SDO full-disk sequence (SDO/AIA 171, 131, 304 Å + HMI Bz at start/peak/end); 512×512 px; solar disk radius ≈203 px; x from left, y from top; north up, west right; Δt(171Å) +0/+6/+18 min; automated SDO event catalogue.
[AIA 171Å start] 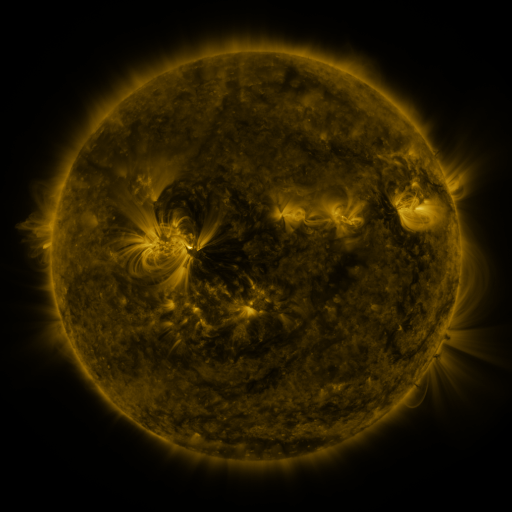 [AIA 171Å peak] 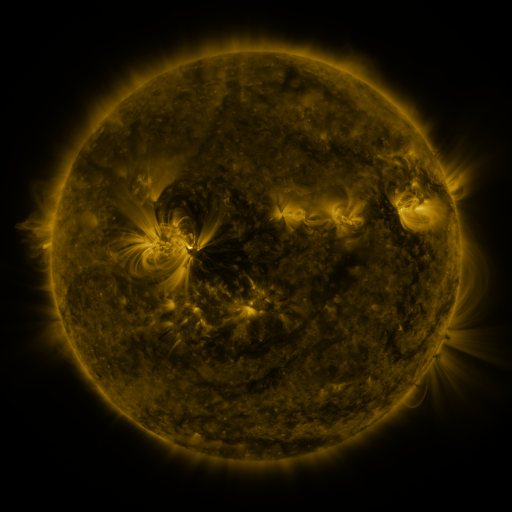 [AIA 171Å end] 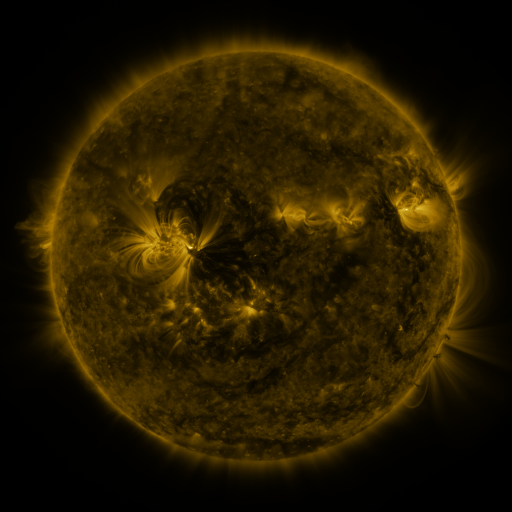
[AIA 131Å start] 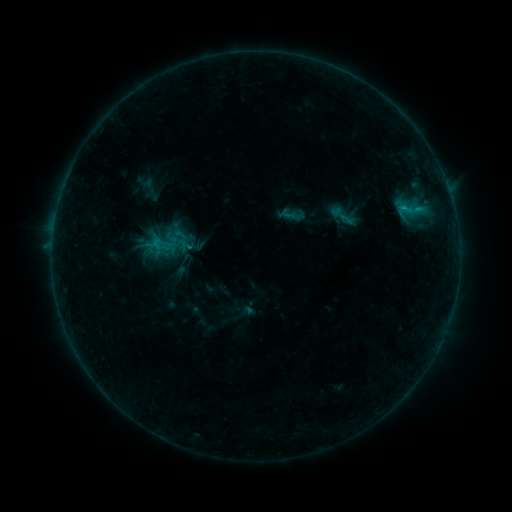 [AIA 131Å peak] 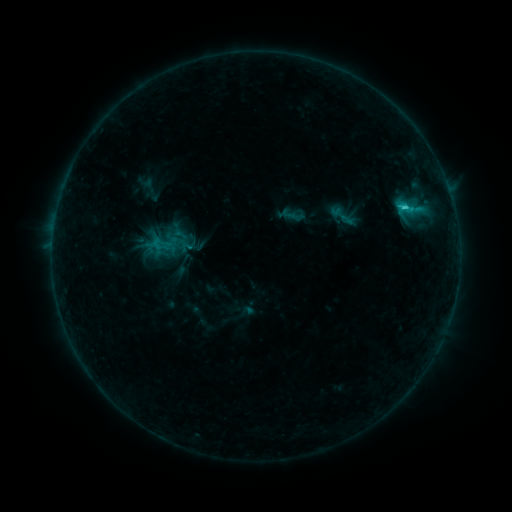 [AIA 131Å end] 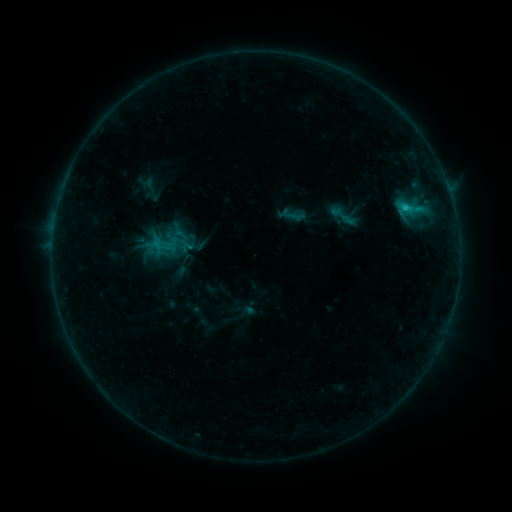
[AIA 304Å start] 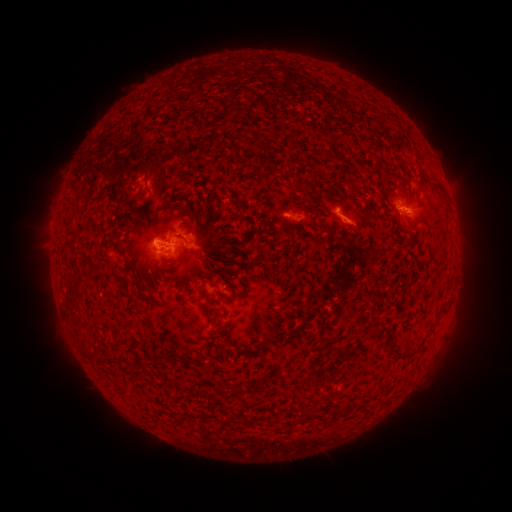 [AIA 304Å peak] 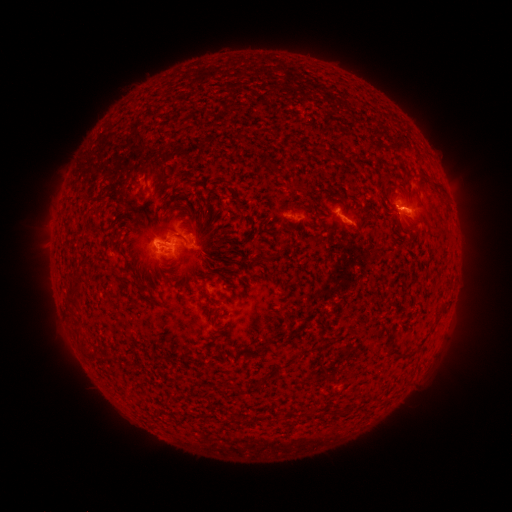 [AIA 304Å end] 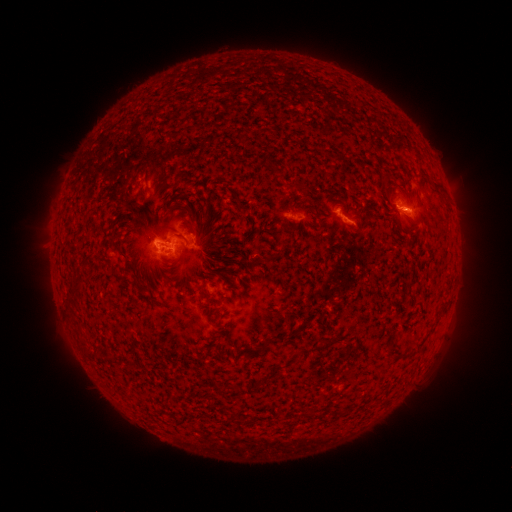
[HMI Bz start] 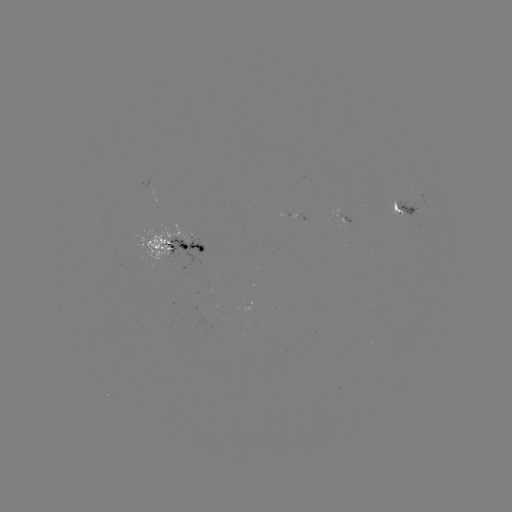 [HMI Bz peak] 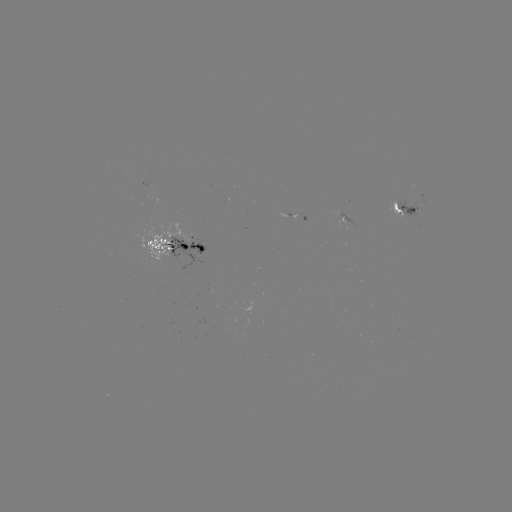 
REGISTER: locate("C1.8 flare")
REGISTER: [403, 209]